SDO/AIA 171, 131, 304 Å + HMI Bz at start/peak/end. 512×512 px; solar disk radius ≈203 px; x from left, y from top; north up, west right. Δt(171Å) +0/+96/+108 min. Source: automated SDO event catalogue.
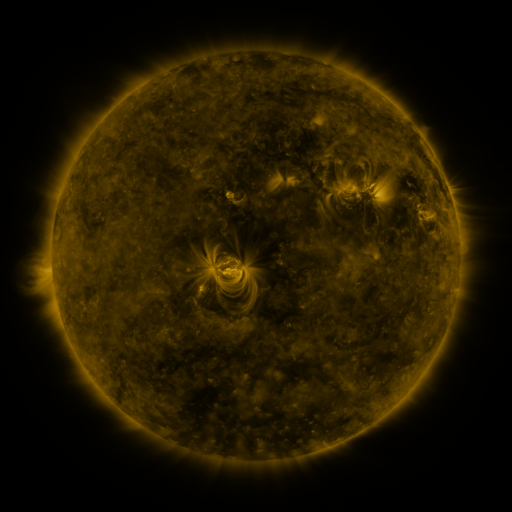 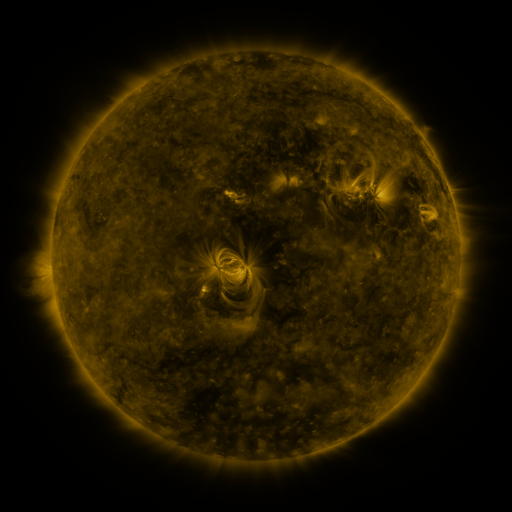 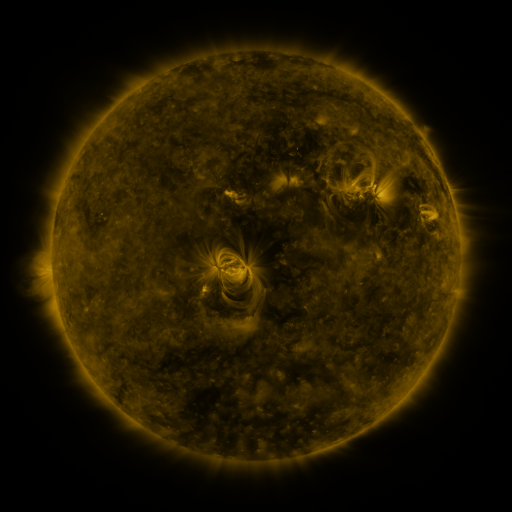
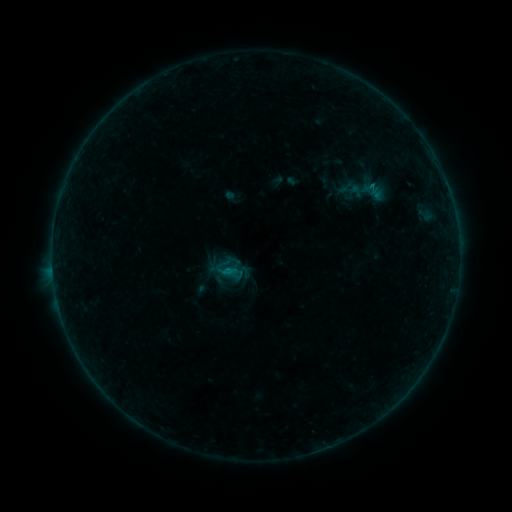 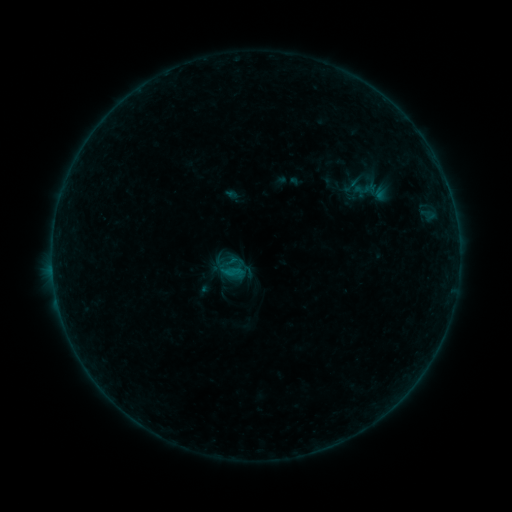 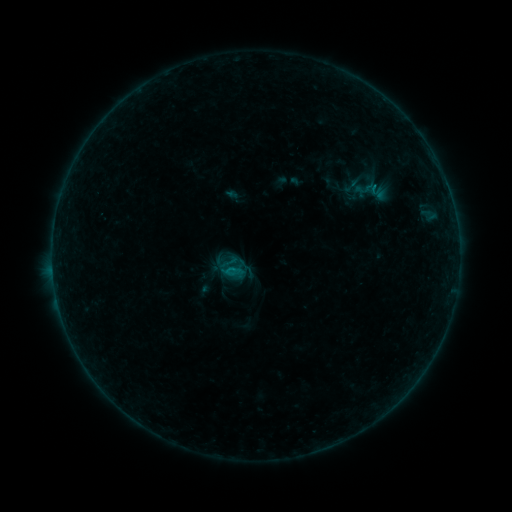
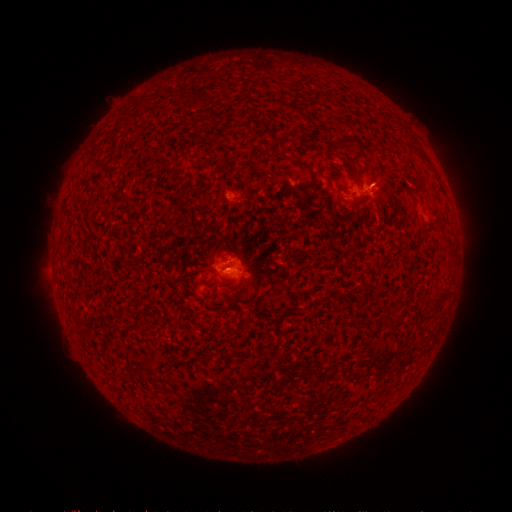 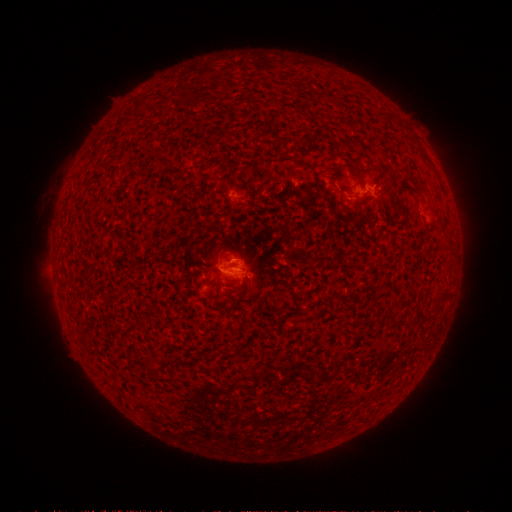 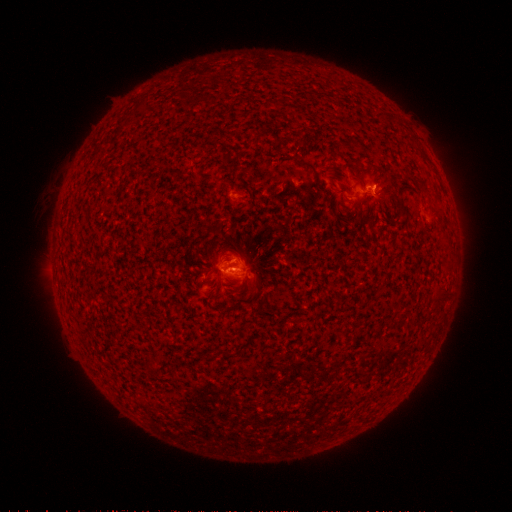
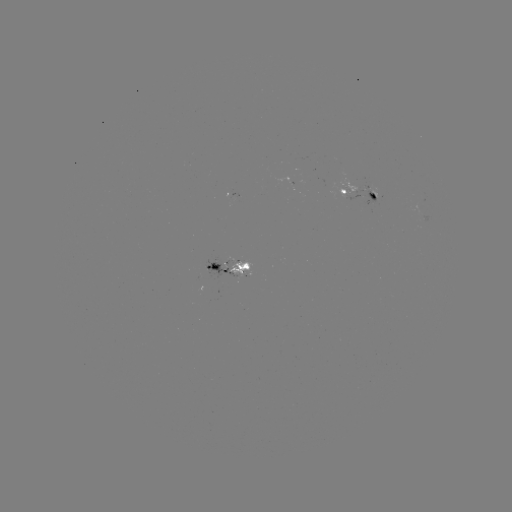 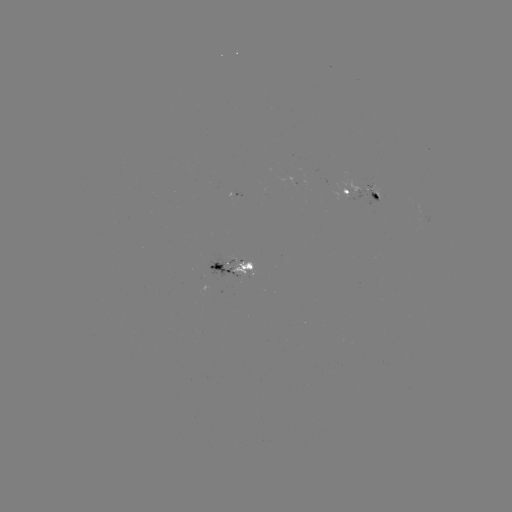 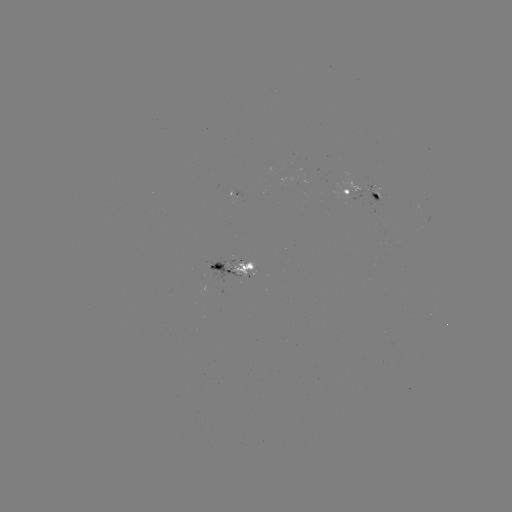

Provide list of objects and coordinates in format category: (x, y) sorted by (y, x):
emerging-flux region: (227, 263)
